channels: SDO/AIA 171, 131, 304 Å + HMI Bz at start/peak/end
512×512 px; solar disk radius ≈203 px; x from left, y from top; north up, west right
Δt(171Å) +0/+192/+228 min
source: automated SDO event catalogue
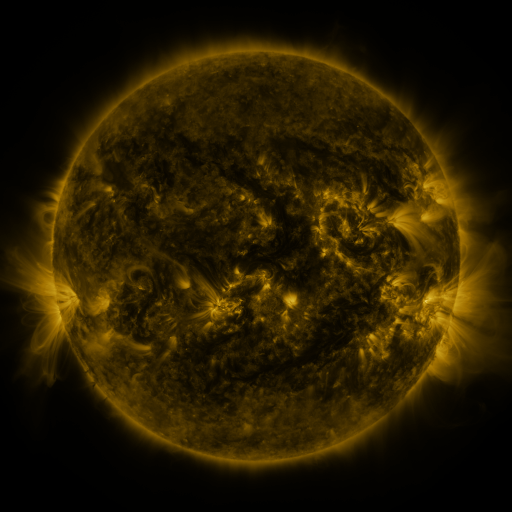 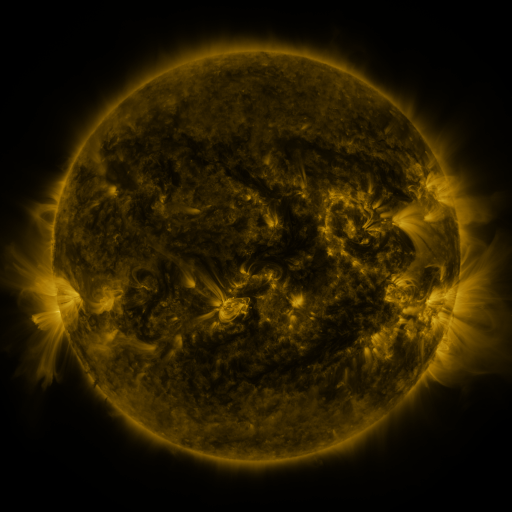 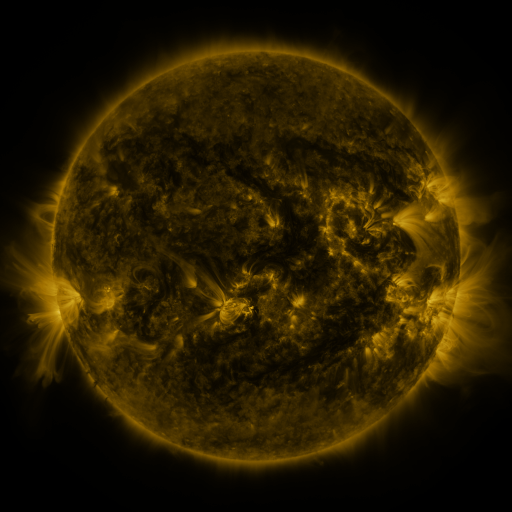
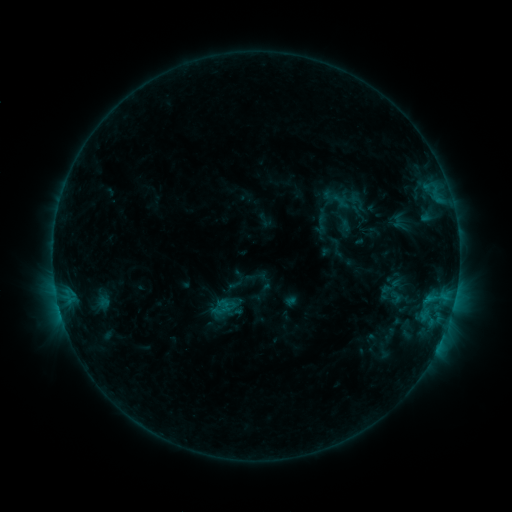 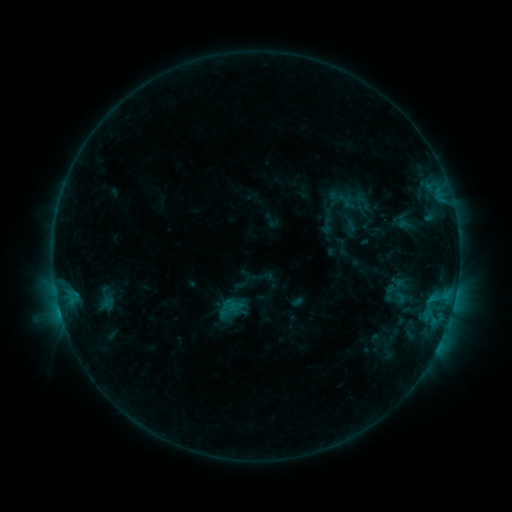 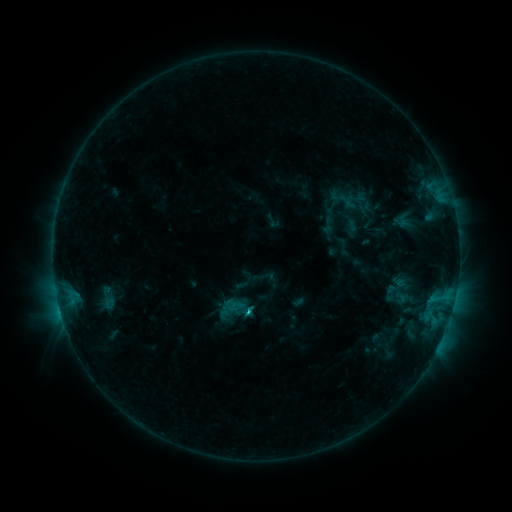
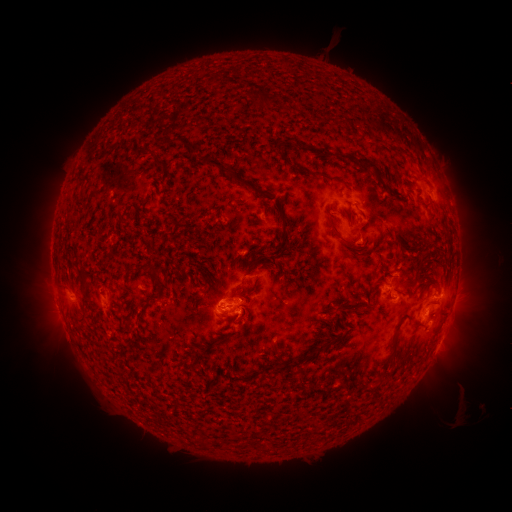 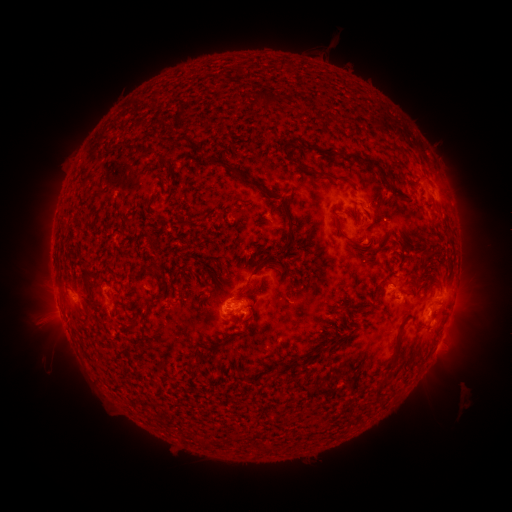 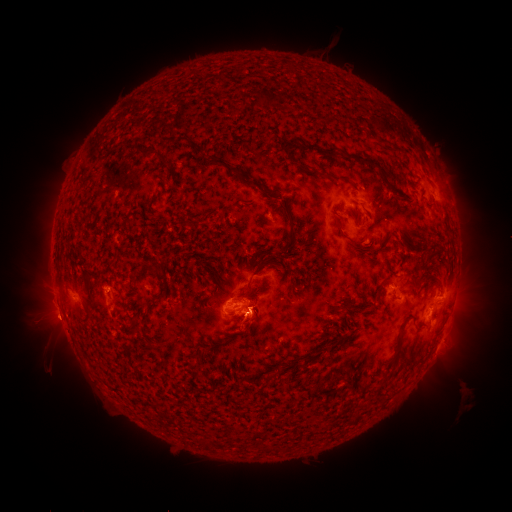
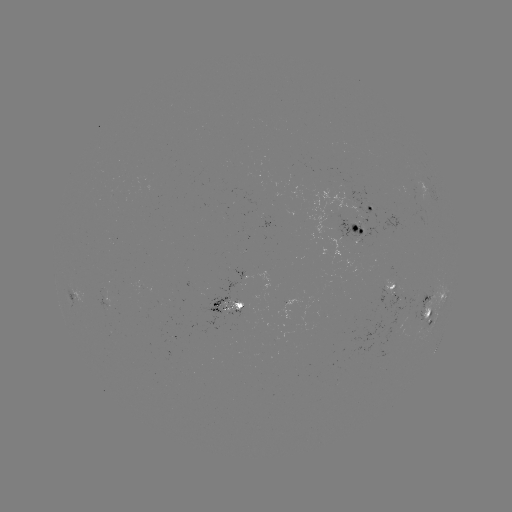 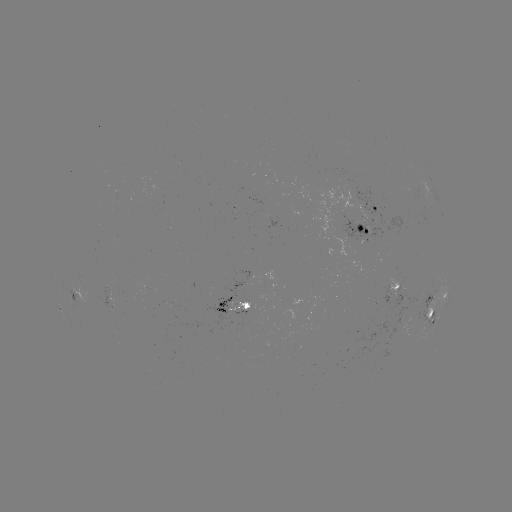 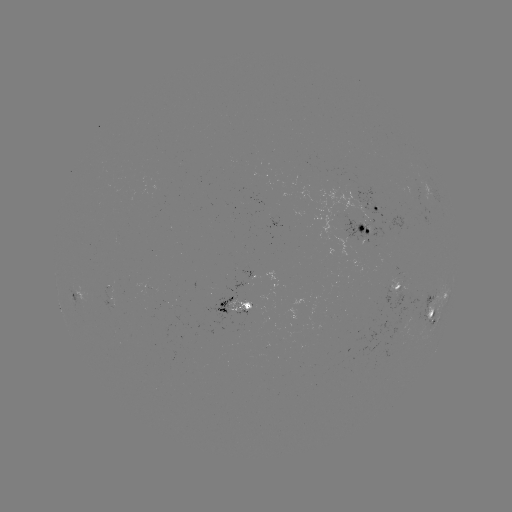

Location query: emerging-flux region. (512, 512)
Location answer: (317, 330).